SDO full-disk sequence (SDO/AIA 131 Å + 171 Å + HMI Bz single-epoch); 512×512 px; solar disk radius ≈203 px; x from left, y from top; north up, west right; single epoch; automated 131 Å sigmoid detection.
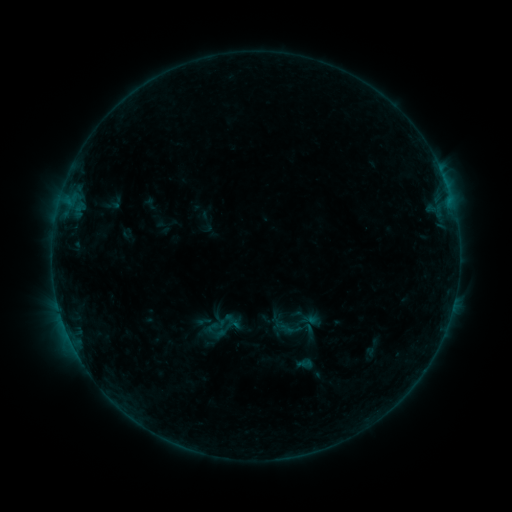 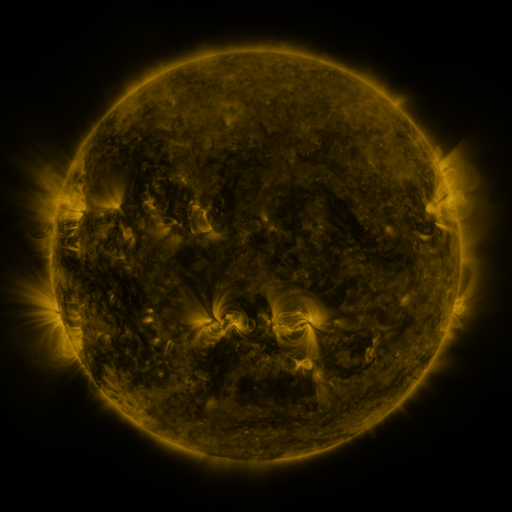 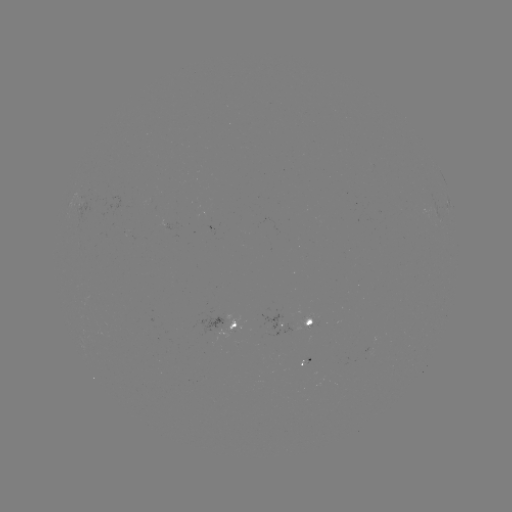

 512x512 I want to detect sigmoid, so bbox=[291, 304, 314, 328].